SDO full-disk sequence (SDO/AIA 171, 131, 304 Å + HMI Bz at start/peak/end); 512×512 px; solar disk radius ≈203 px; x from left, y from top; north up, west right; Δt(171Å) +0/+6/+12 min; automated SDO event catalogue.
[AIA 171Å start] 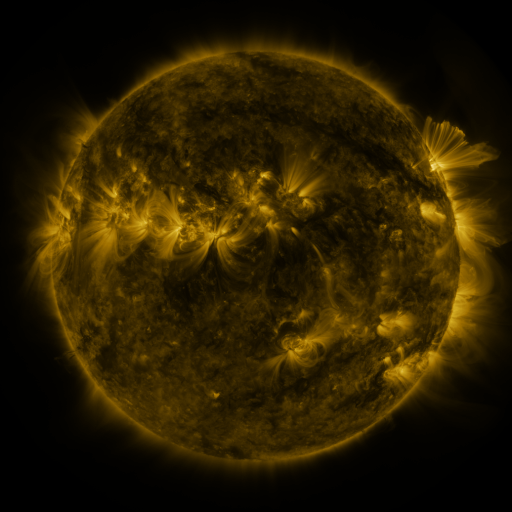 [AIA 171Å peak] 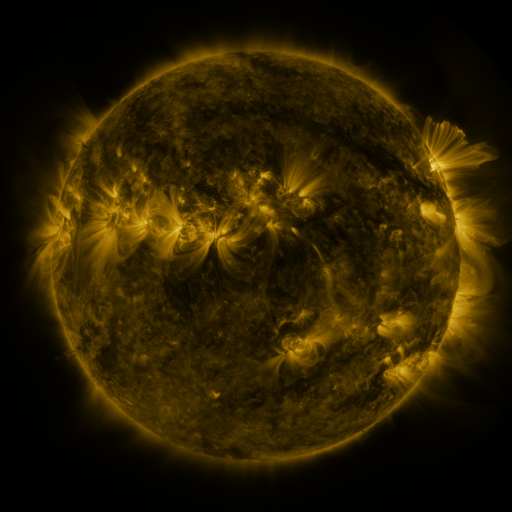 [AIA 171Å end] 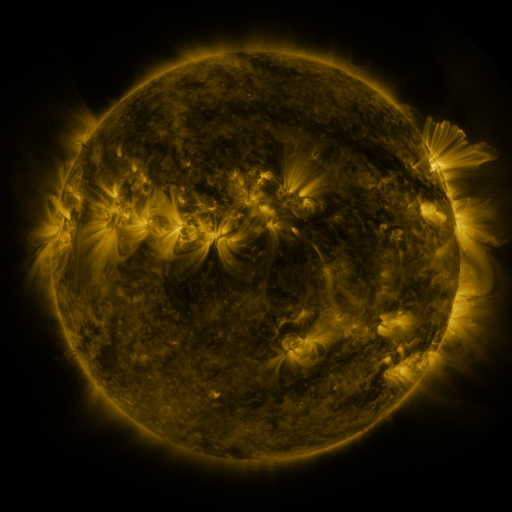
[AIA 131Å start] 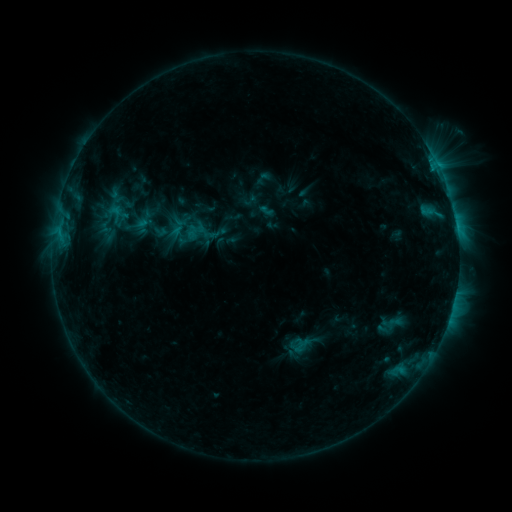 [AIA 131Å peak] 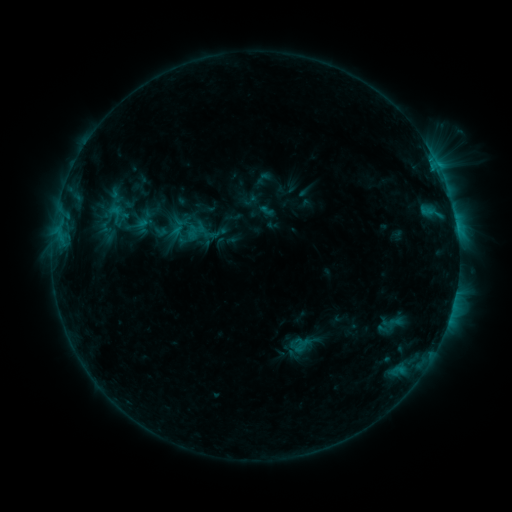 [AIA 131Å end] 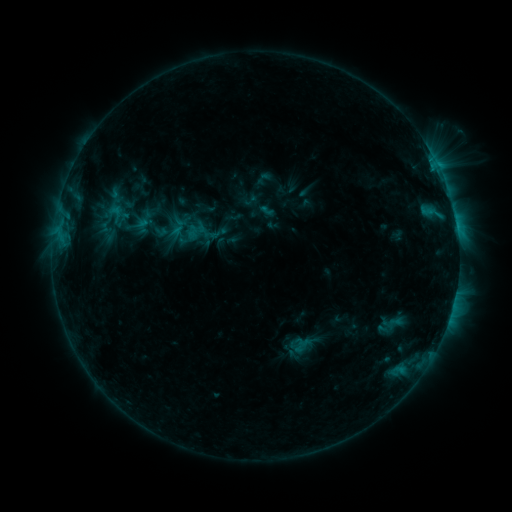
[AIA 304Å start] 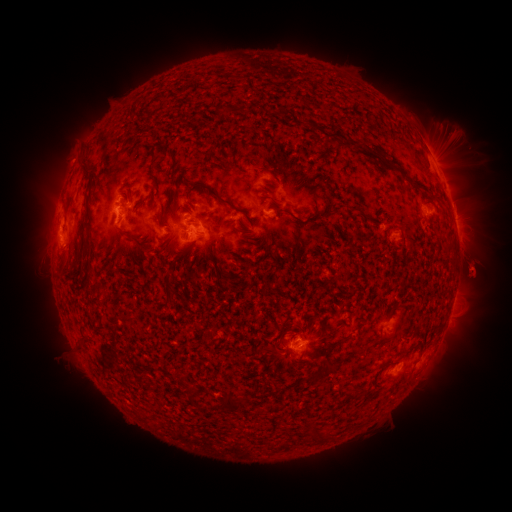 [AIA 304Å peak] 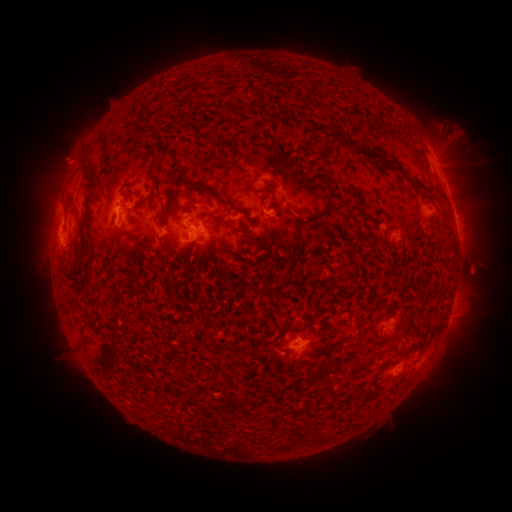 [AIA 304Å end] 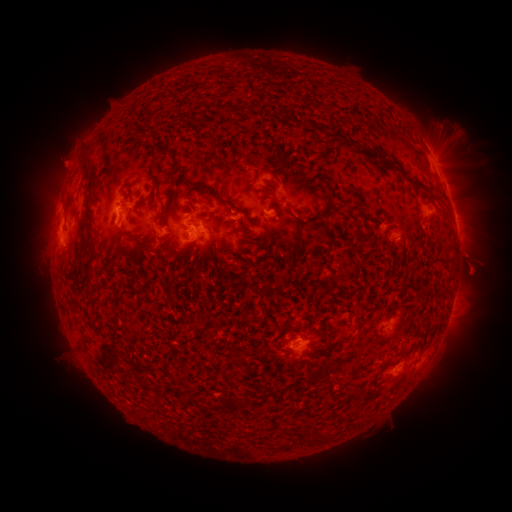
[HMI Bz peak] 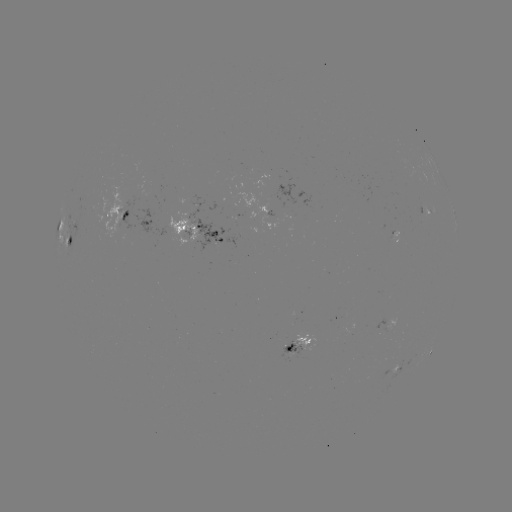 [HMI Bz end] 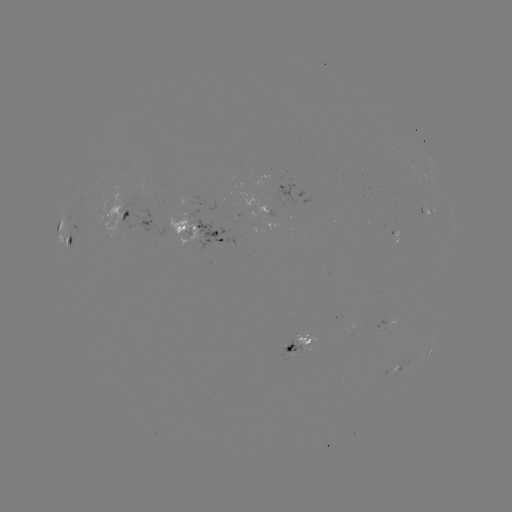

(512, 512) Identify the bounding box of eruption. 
[40, 131, 95, 184].